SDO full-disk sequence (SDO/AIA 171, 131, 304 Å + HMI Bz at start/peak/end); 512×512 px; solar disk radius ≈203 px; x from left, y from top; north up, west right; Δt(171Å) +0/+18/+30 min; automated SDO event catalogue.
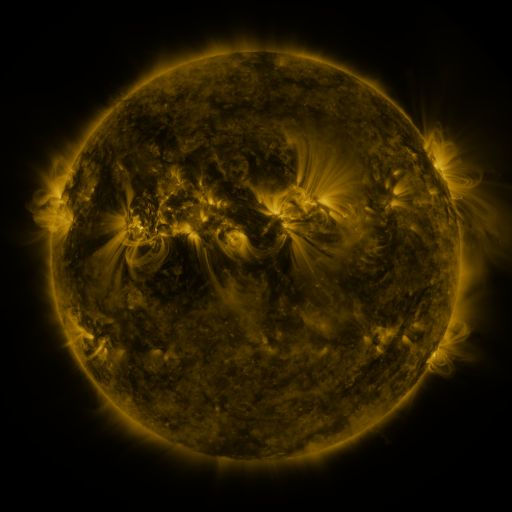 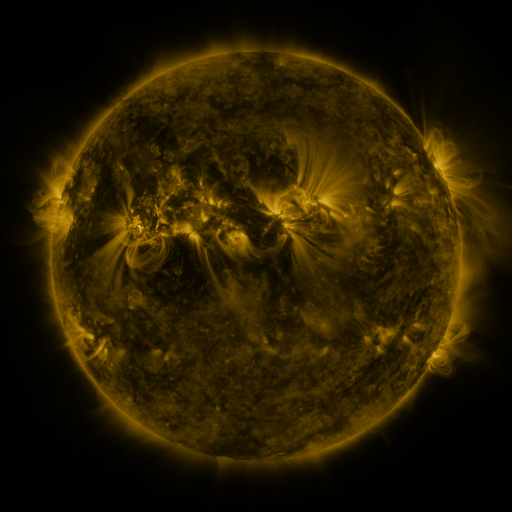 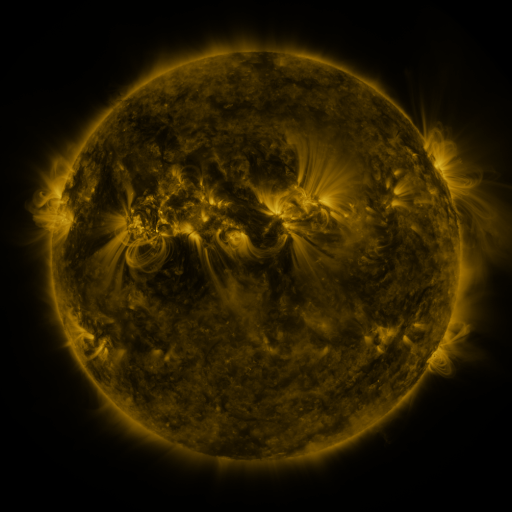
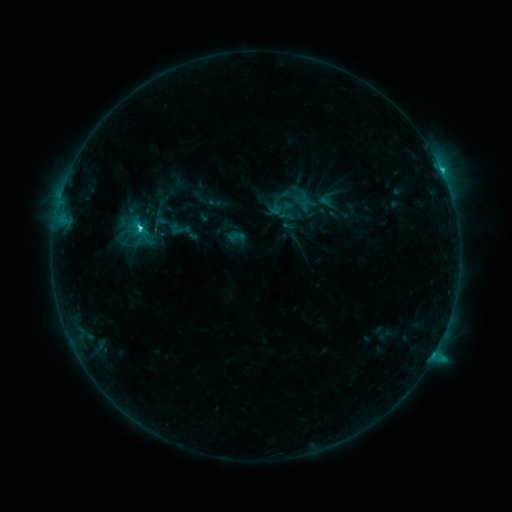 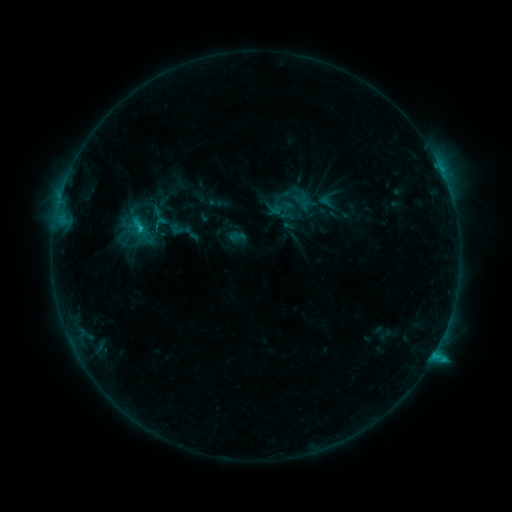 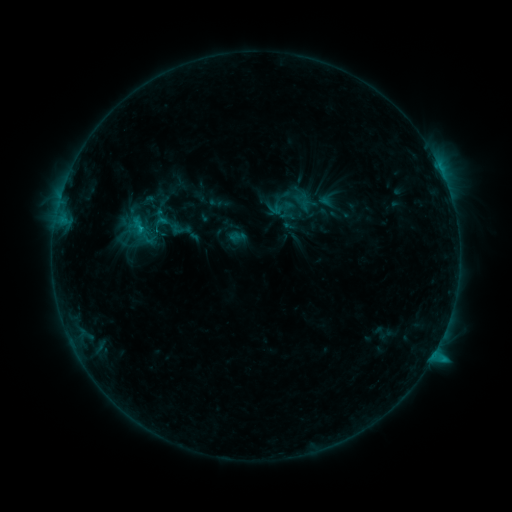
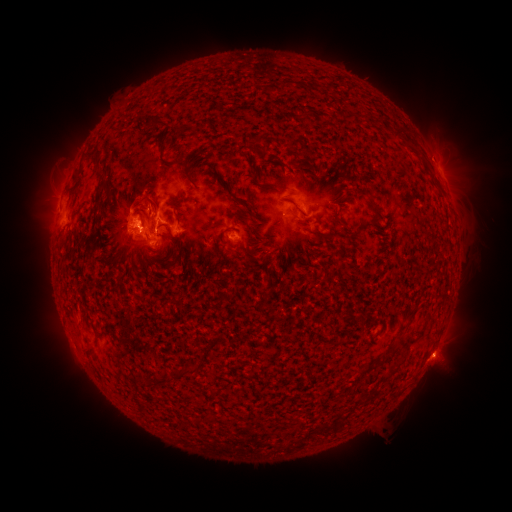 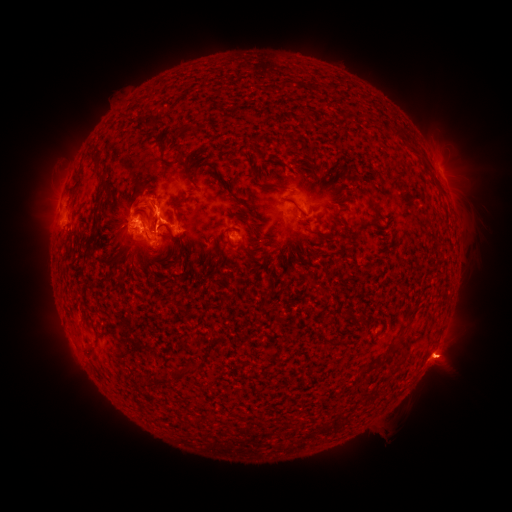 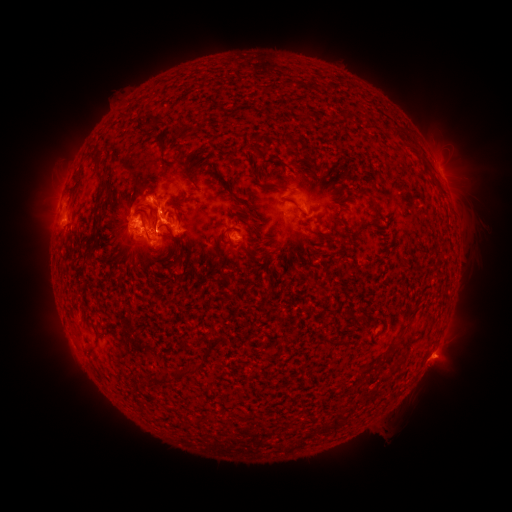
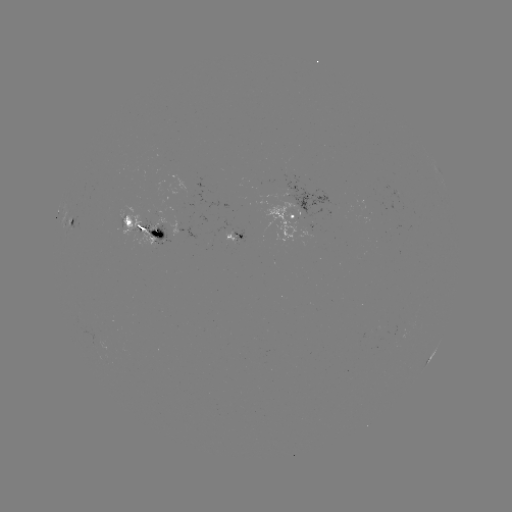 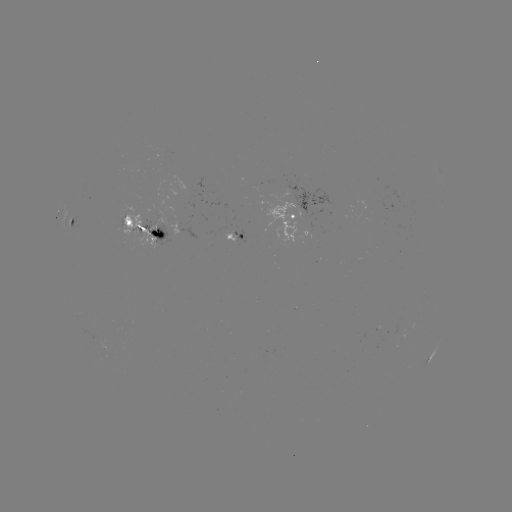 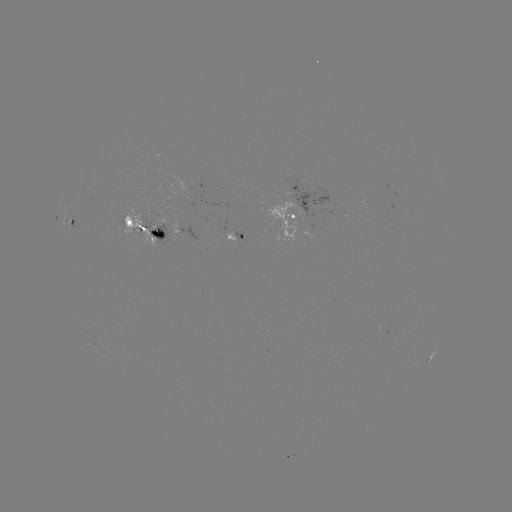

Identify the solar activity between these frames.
eruption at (157, 203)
